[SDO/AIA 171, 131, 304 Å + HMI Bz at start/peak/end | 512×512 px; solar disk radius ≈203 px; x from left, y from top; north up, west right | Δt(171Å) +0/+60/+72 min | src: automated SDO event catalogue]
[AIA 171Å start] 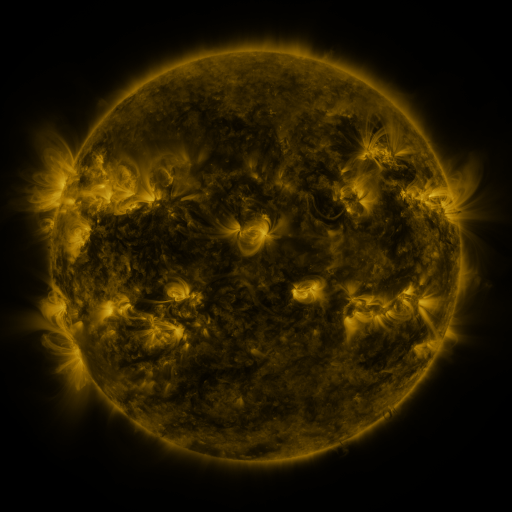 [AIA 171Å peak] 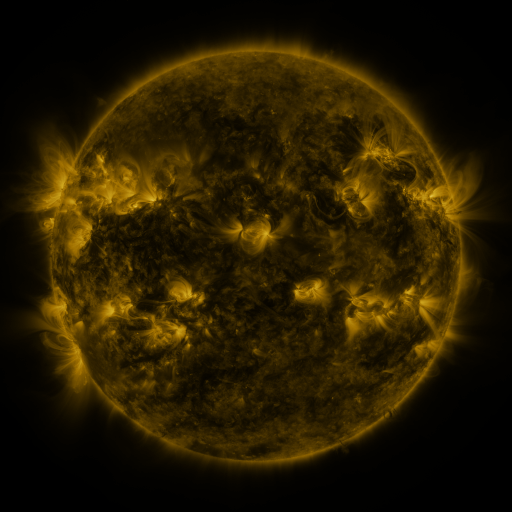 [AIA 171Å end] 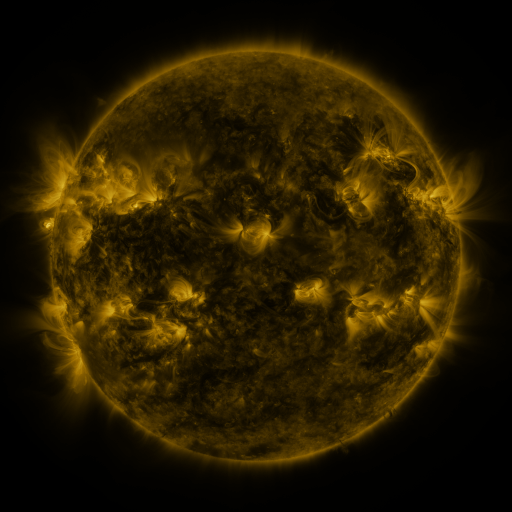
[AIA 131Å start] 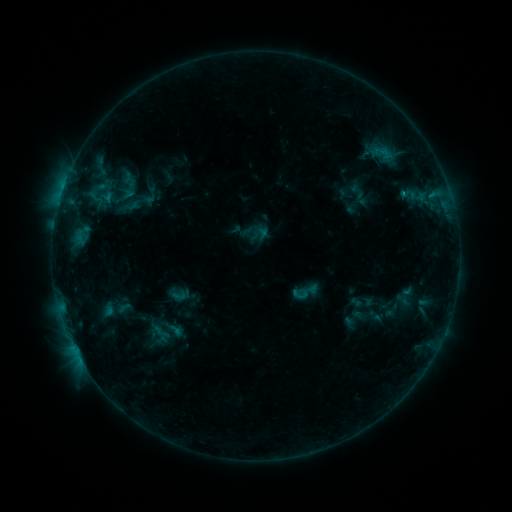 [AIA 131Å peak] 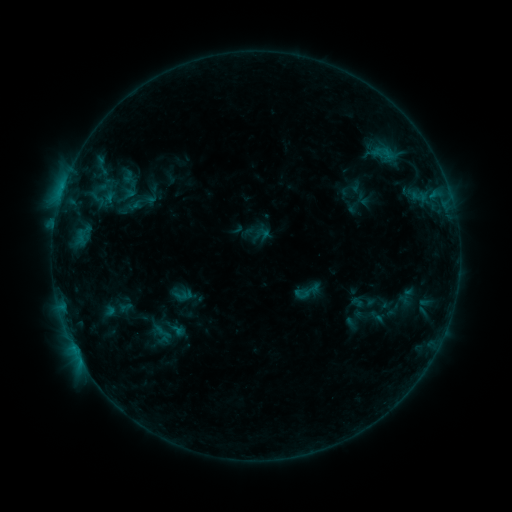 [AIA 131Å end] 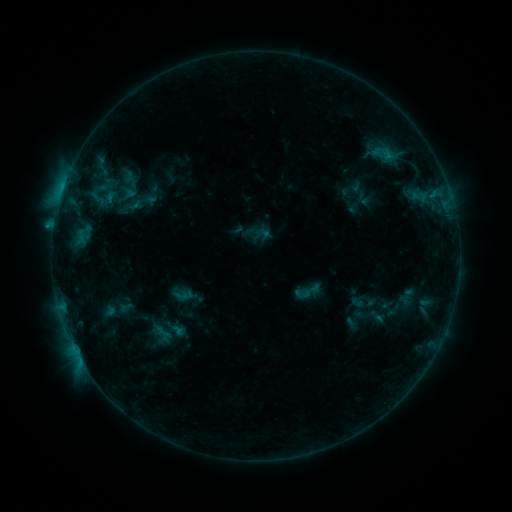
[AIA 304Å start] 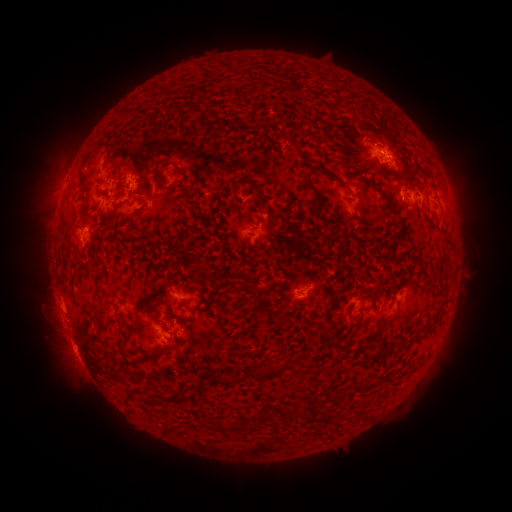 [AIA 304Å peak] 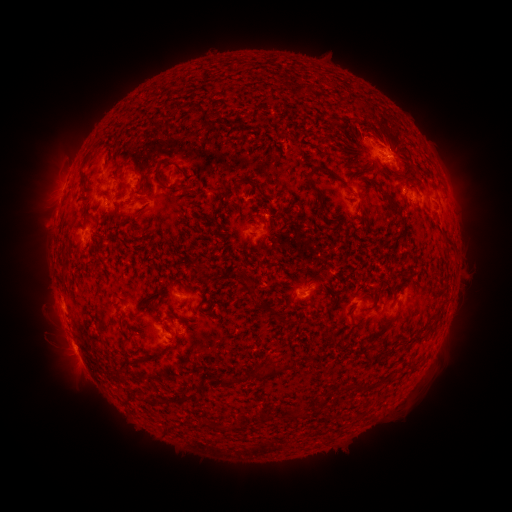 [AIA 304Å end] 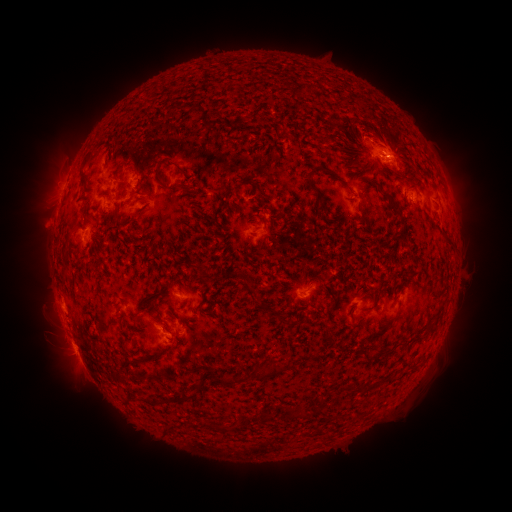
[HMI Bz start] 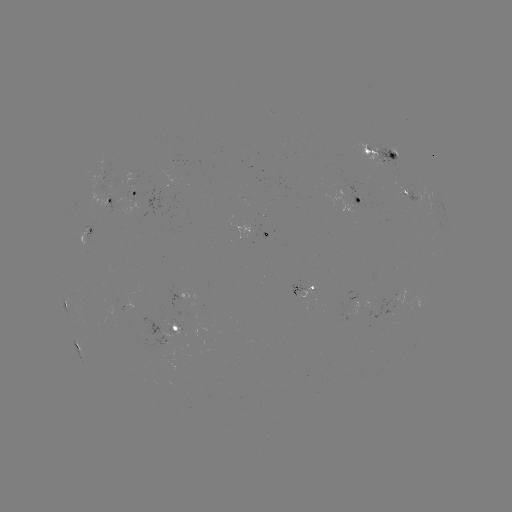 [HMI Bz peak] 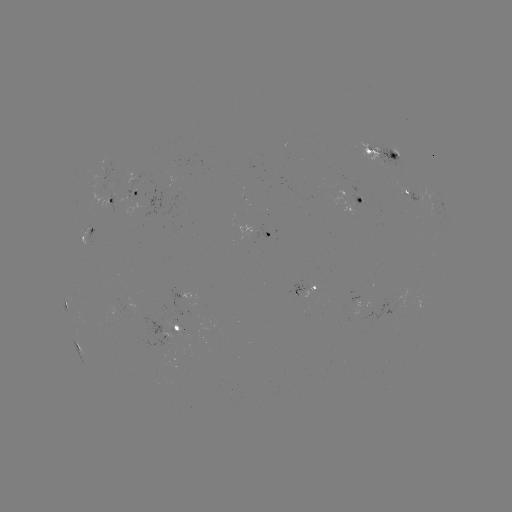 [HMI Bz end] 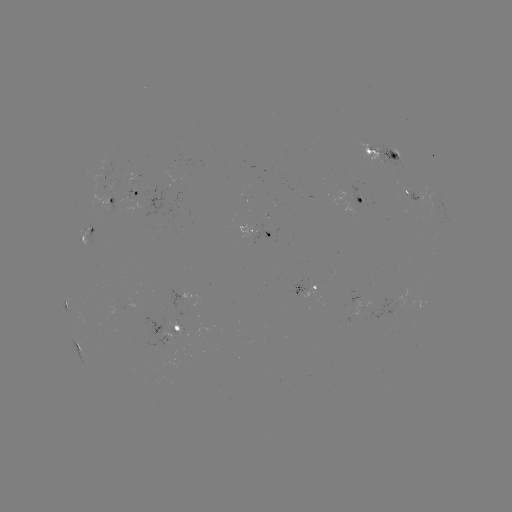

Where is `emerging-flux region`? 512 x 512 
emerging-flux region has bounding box [365, 299, 396, 321].